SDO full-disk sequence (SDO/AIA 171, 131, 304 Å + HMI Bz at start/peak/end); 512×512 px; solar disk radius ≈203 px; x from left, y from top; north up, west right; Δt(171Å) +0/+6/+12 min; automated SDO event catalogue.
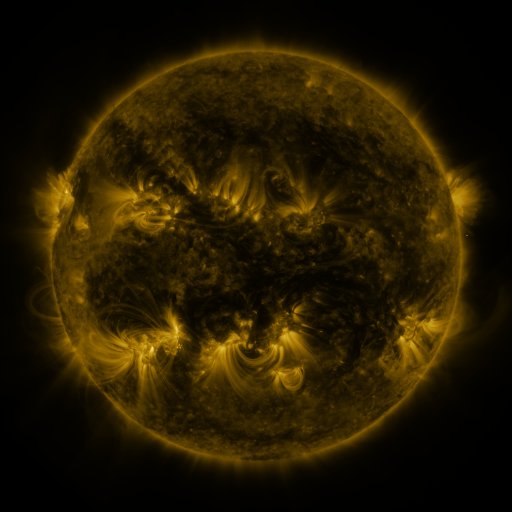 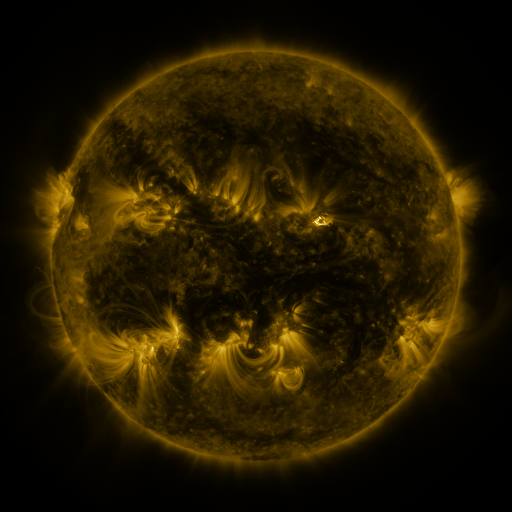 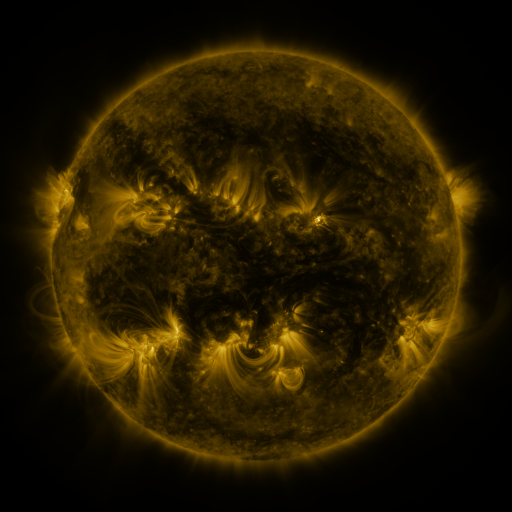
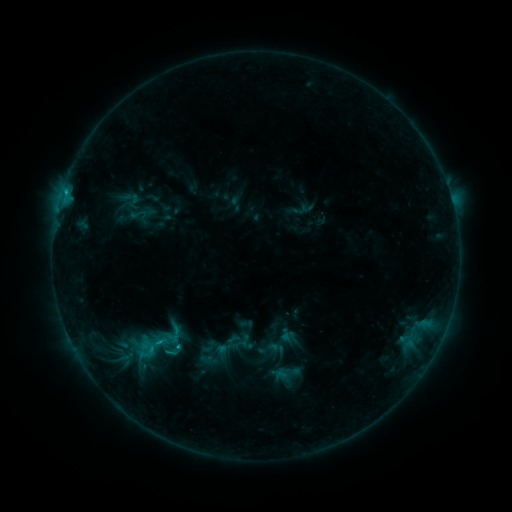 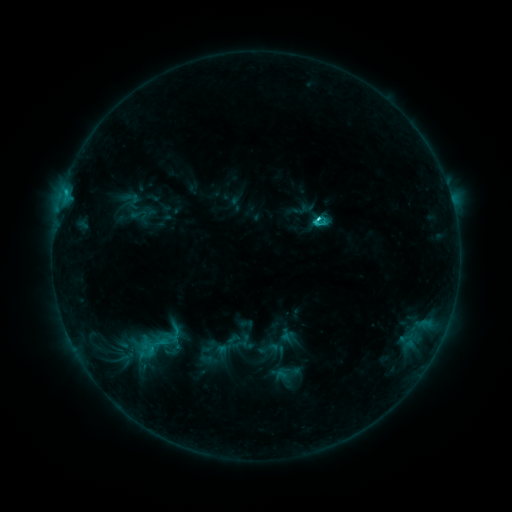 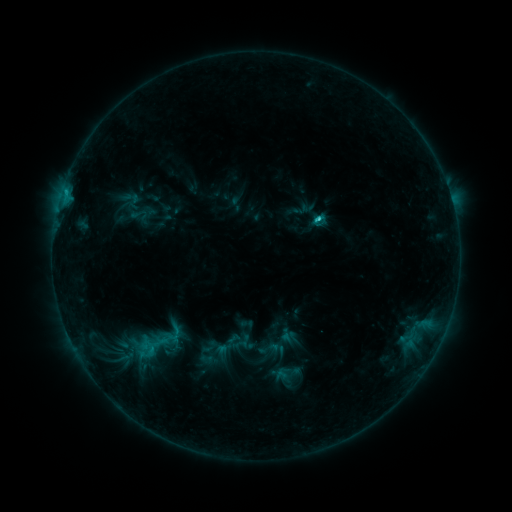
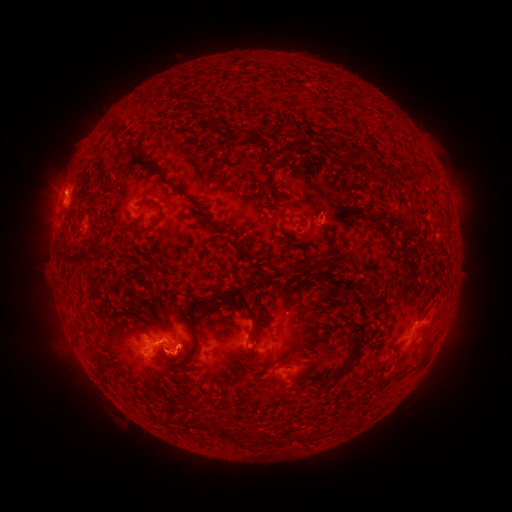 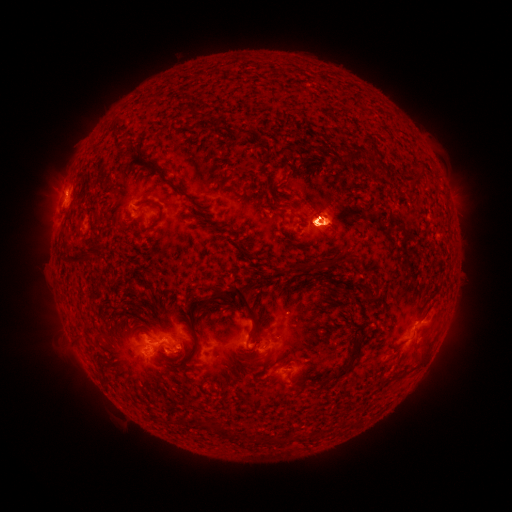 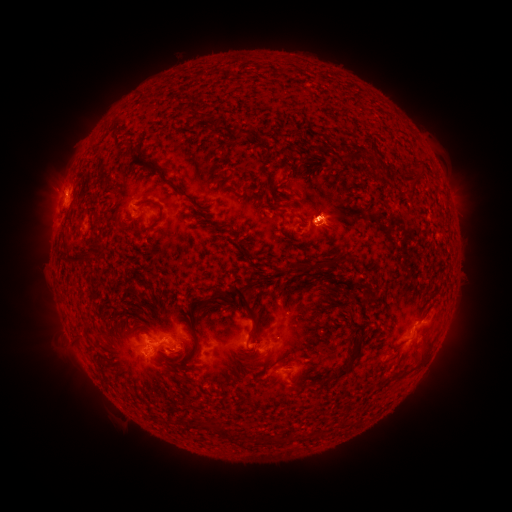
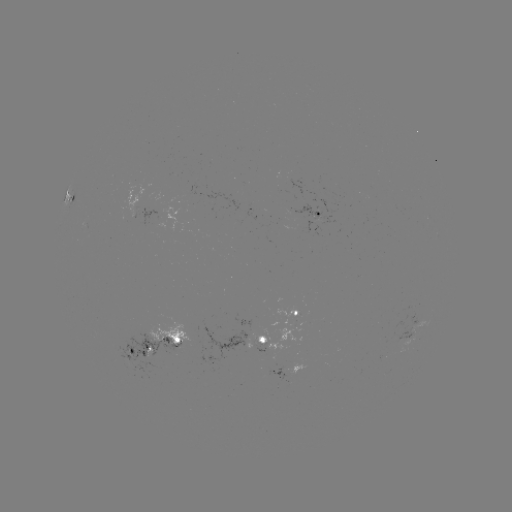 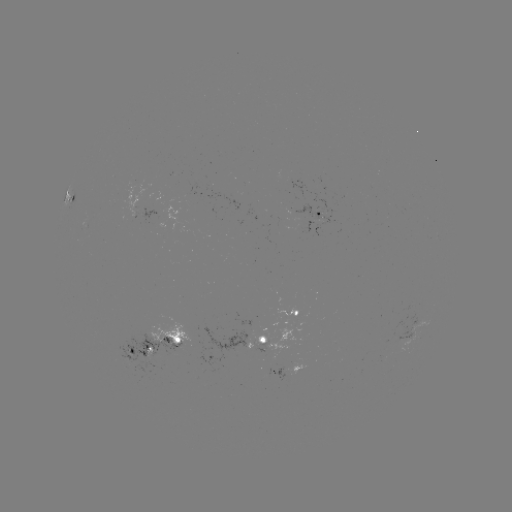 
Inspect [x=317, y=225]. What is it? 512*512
C2.4 flare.